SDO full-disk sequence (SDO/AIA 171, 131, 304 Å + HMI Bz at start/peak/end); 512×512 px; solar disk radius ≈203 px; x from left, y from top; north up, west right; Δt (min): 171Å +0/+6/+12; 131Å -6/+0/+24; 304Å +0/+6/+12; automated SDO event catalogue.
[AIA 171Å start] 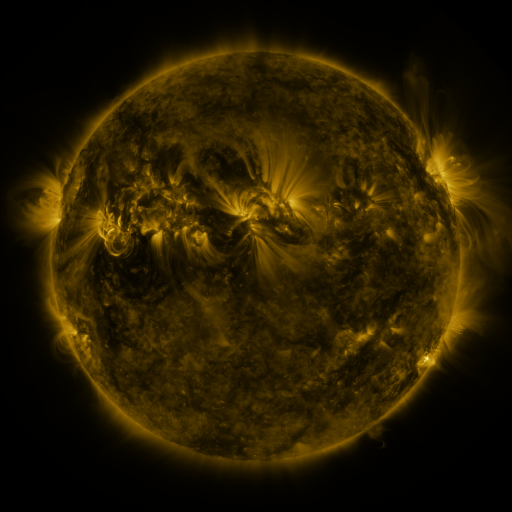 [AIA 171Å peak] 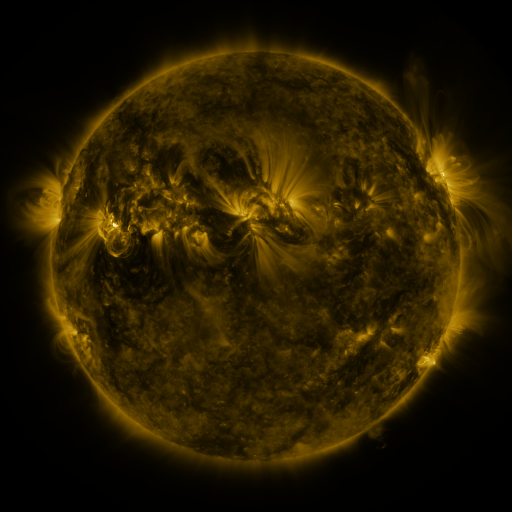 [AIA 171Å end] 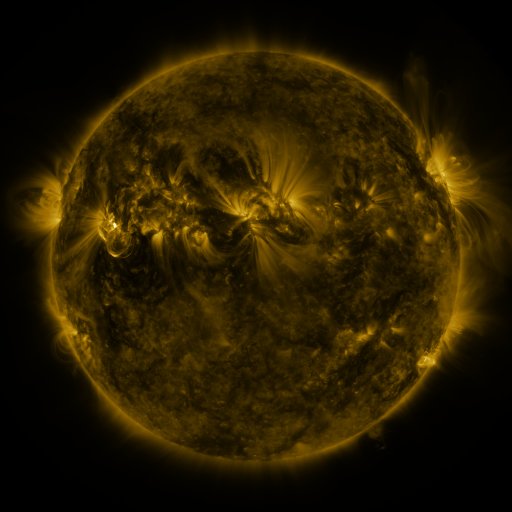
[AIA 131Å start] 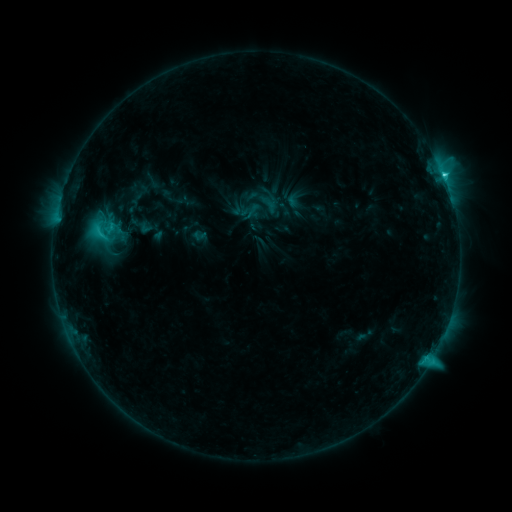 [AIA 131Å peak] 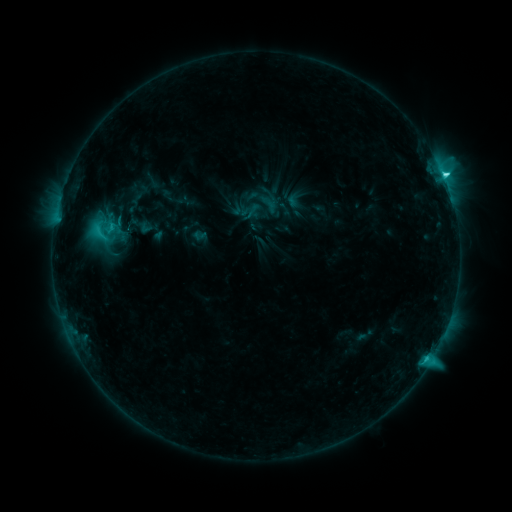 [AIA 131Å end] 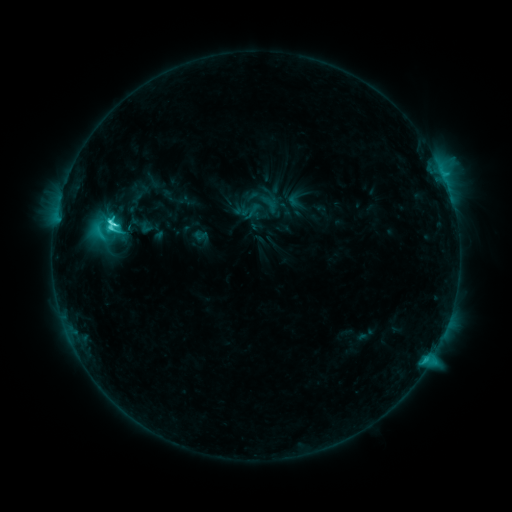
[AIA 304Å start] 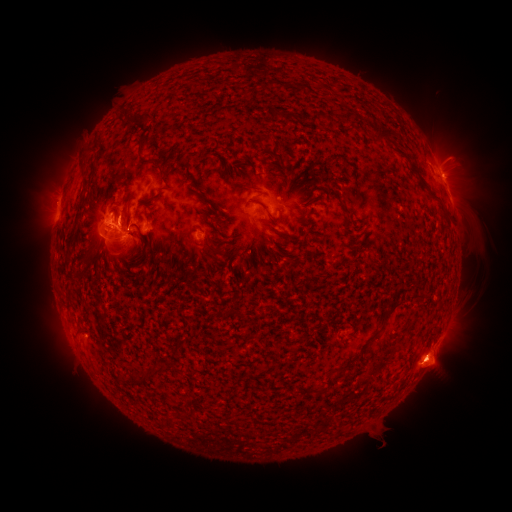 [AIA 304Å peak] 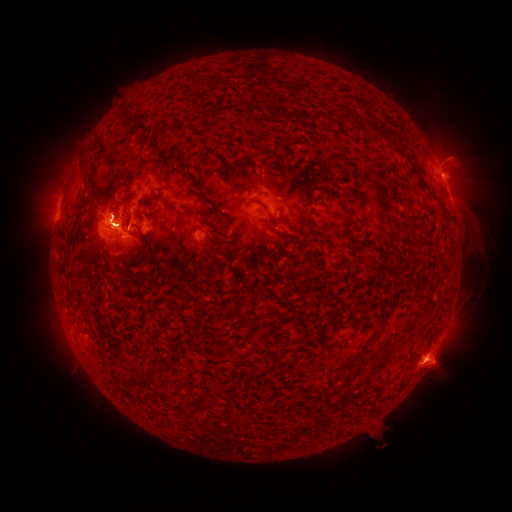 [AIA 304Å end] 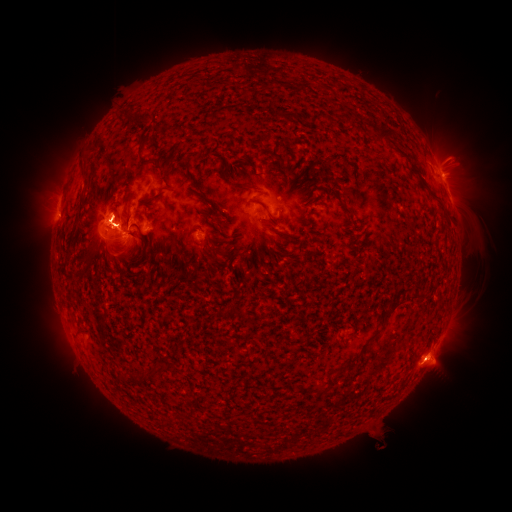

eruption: <bbox>28, 148, 137, 223</bbox>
